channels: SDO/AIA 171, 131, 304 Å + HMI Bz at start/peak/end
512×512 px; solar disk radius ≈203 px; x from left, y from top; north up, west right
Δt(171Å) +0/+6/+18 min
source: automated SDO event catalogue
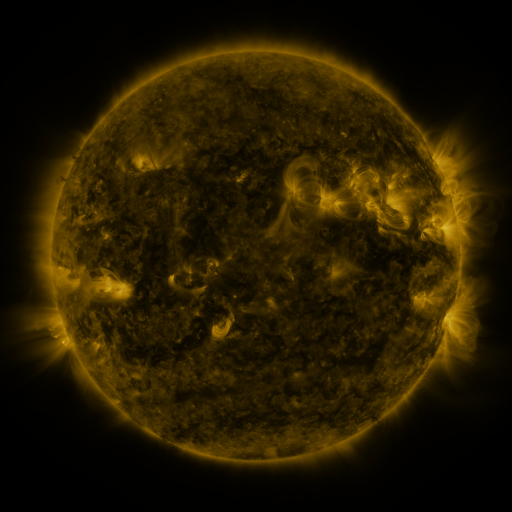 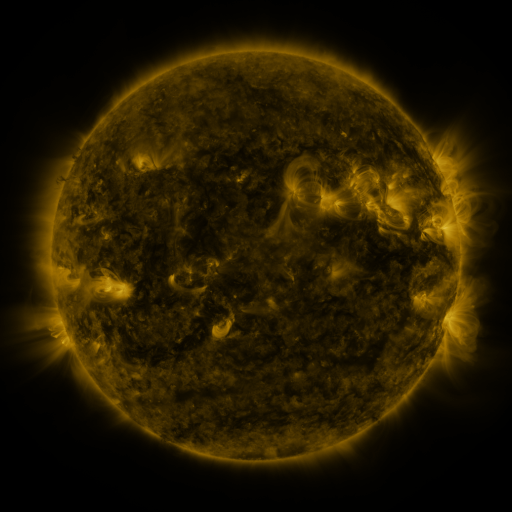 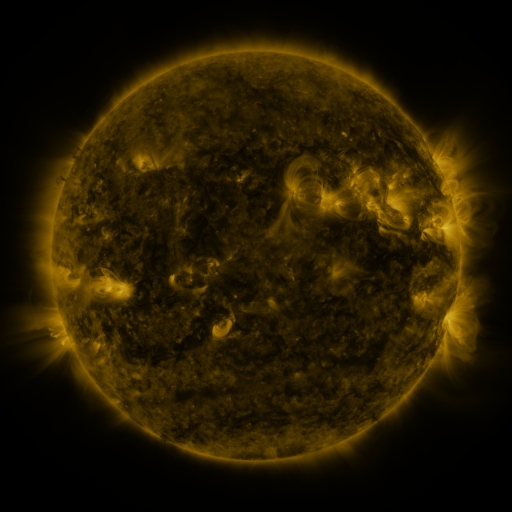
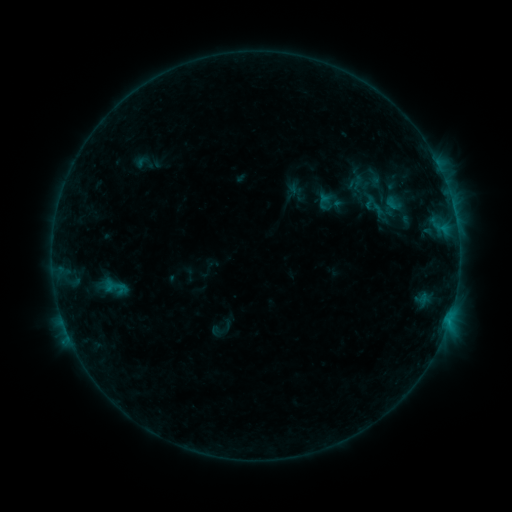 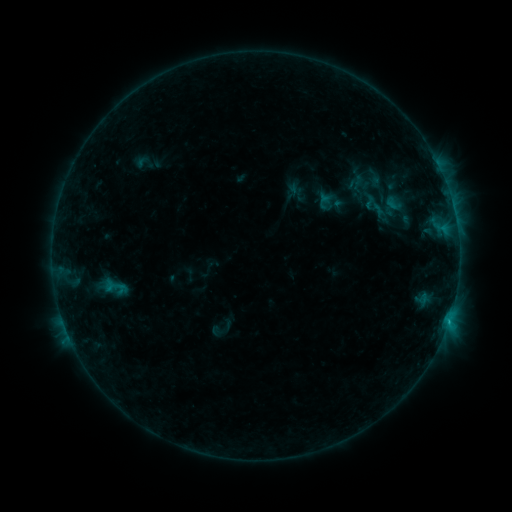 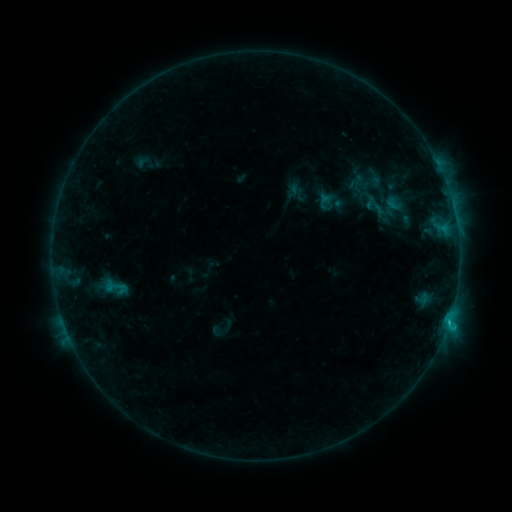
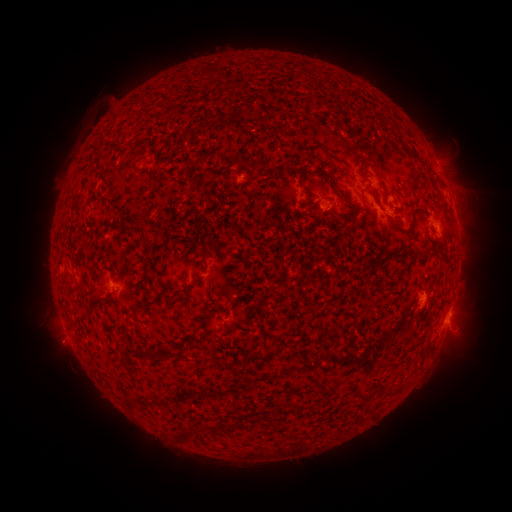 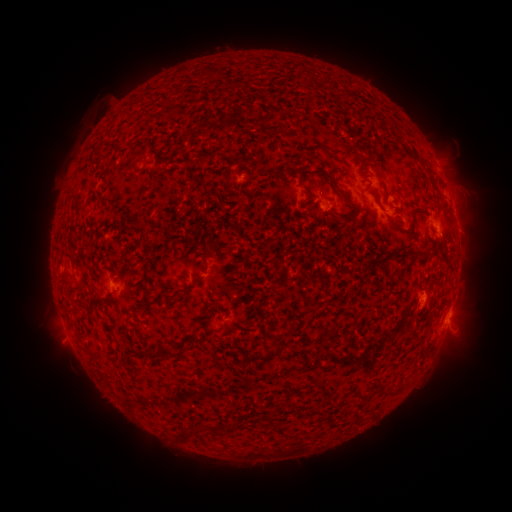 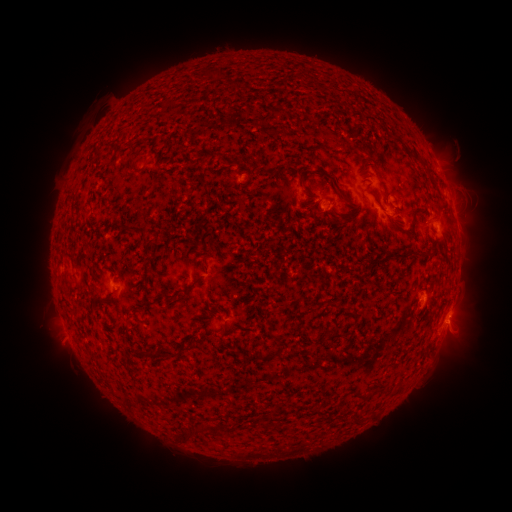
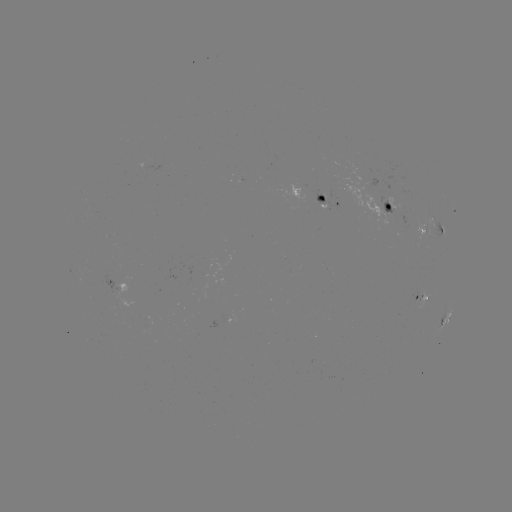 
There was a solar flare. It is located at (448, 317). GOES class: C1.3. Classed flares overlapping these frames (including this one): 1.